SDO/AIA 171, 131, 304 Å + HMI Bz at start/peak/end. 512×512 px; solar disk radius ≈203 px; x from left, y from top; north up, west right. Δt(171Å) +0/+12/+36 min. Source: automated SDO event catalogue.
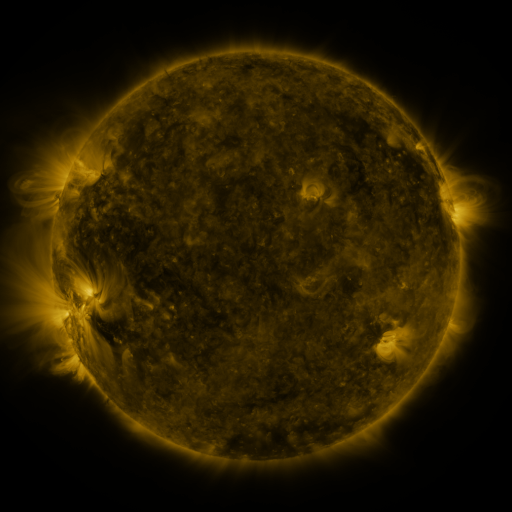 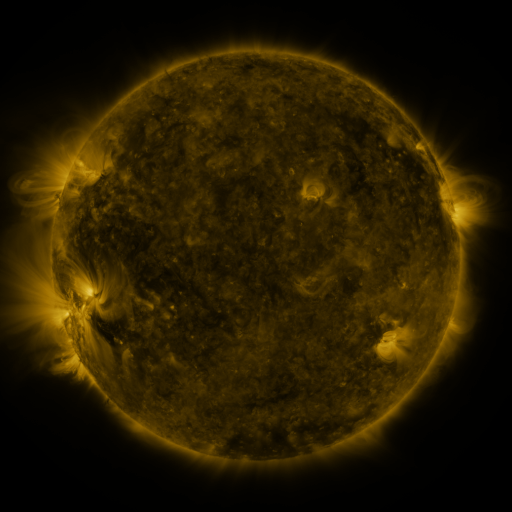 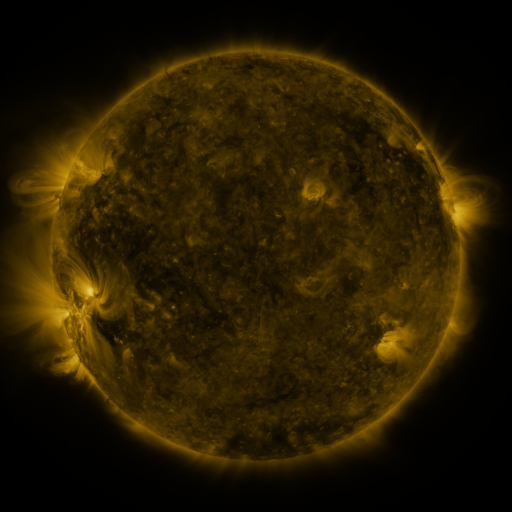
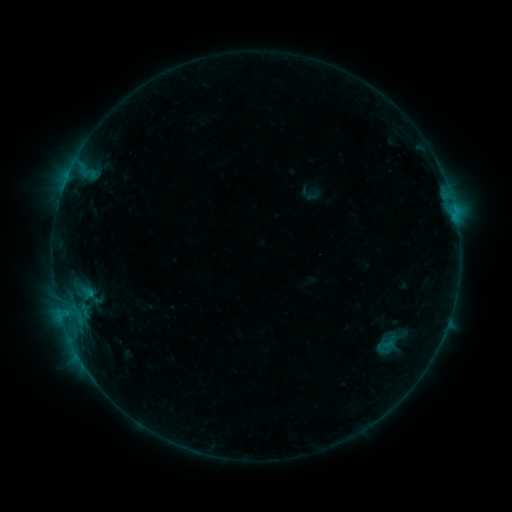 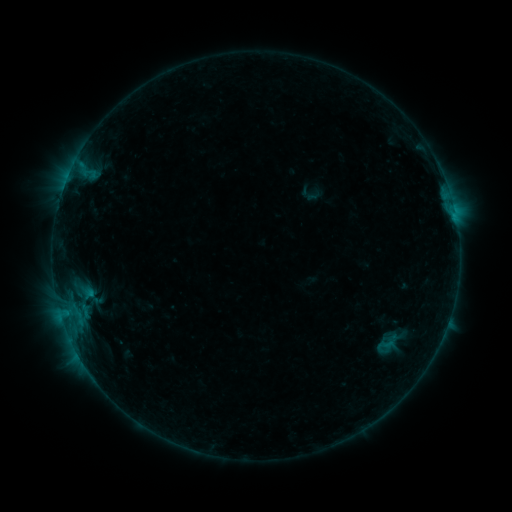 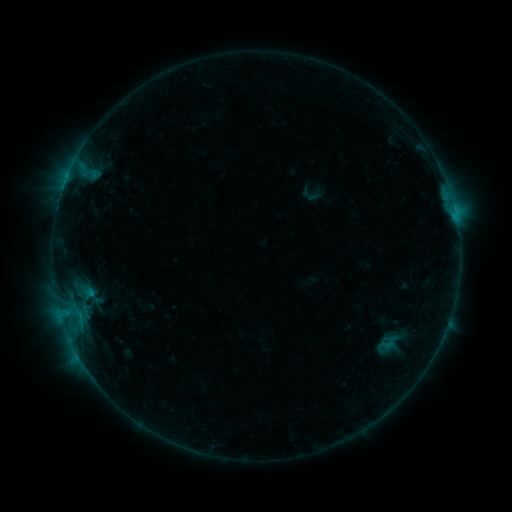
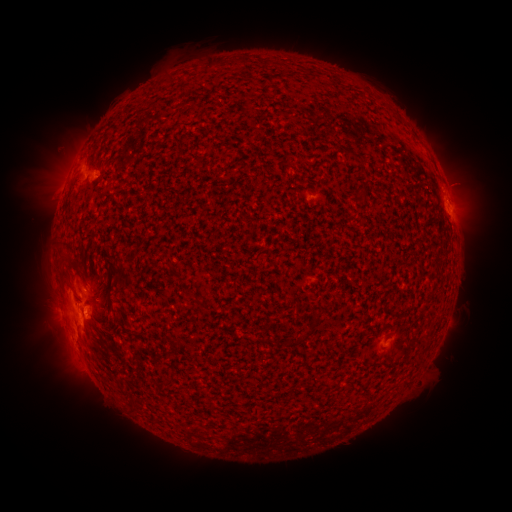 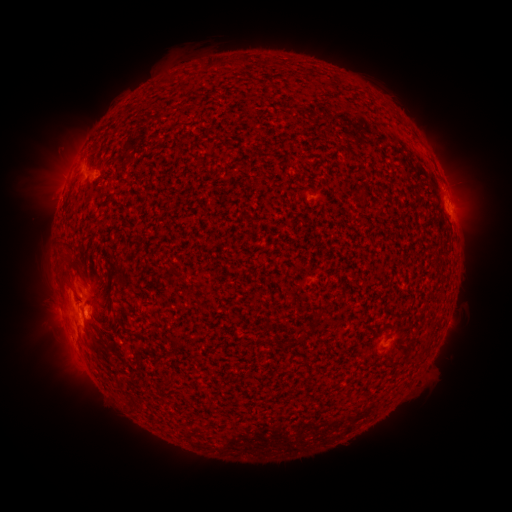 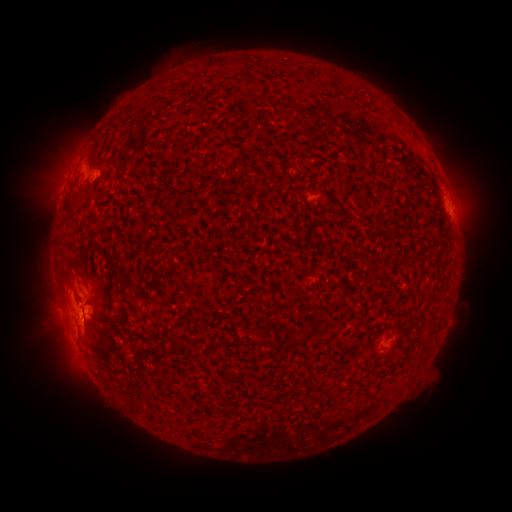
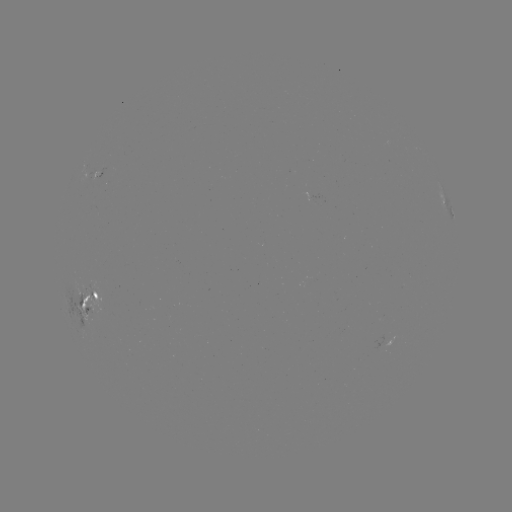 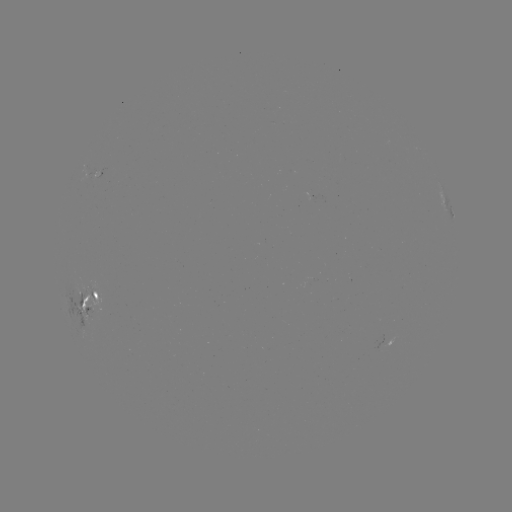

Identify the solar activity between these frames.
emerging-flux region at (92, 309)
